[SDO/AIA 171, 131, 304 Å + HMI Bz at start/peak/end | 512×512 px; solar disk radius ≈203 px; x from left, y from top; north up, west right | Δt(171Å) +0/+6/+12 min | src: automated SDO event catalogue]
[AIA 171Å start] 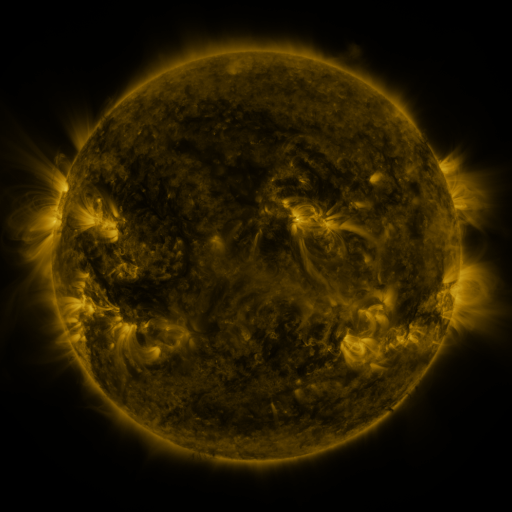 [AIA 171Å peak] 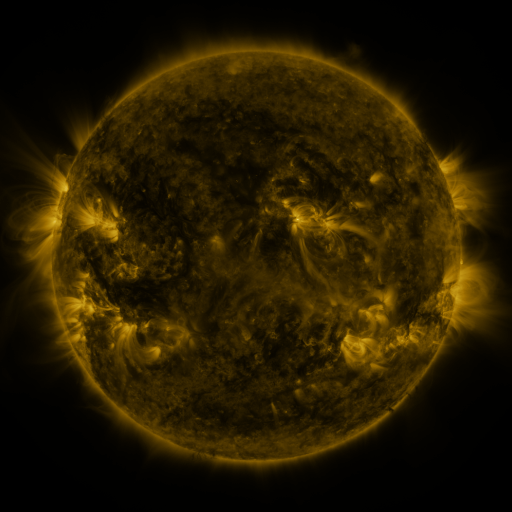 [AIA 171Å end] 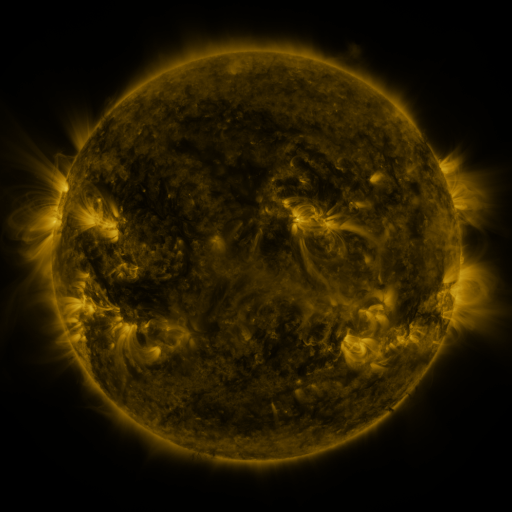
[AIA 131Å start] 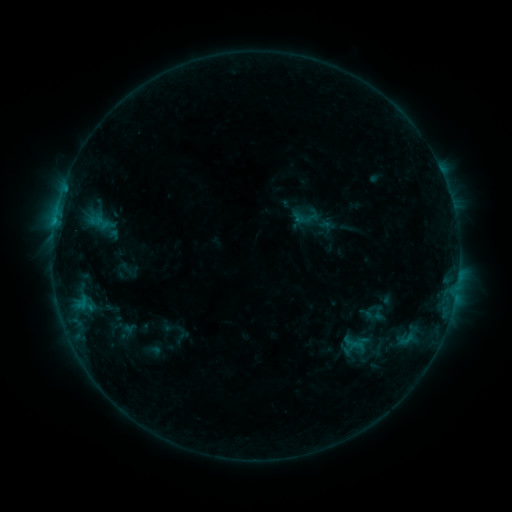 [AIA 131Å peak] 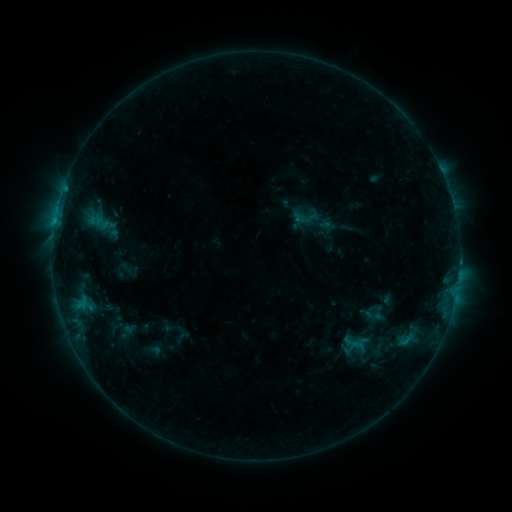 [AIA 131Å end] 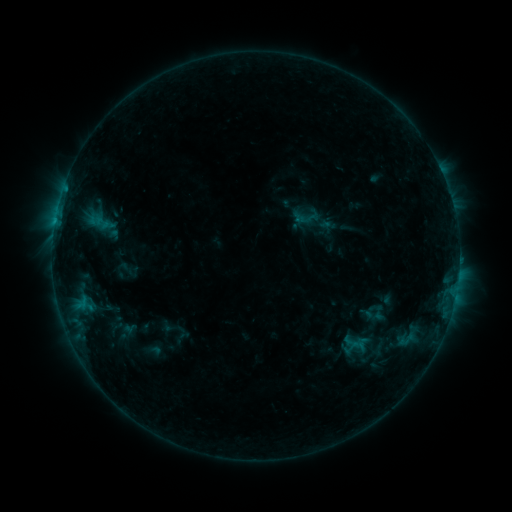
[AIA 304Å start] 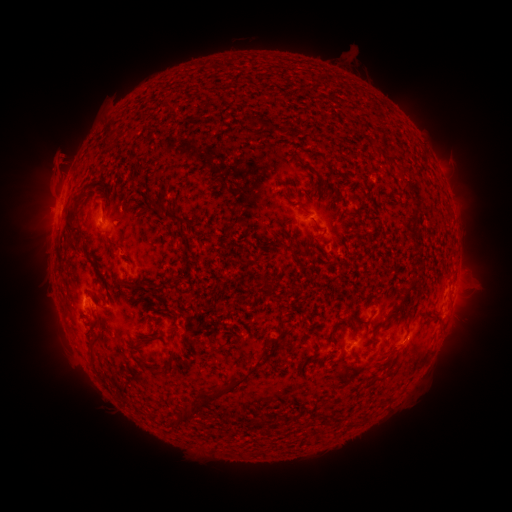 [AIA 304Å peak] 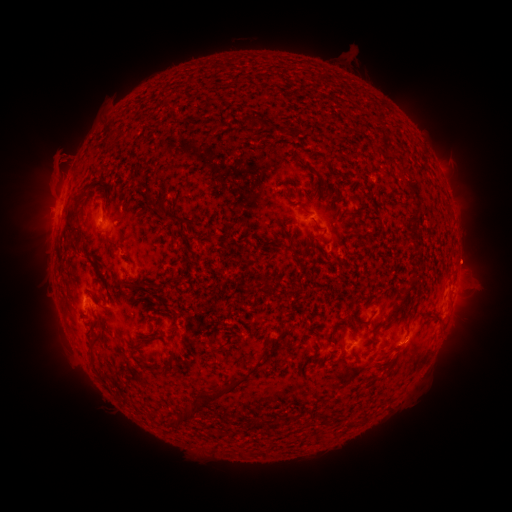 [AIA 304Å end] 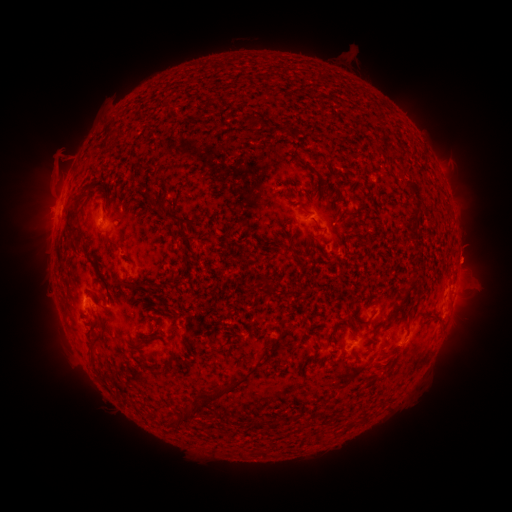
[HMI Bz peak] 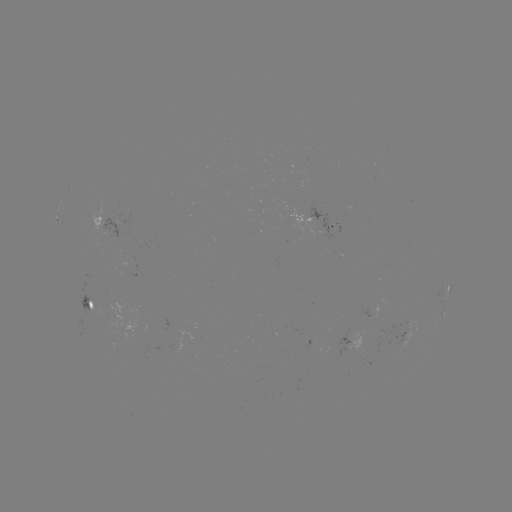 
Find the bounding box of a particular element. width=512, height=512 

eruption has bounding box [443, 233, 496, 284].